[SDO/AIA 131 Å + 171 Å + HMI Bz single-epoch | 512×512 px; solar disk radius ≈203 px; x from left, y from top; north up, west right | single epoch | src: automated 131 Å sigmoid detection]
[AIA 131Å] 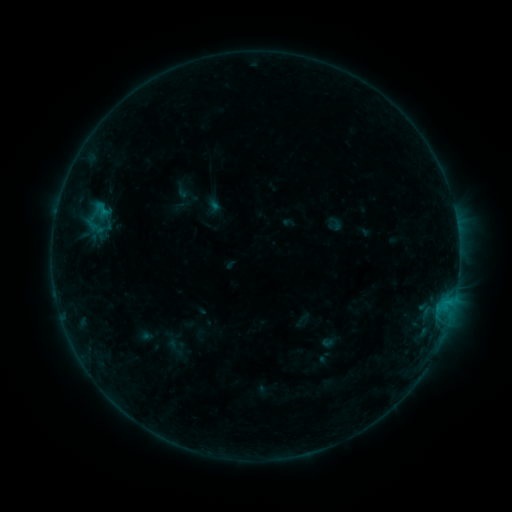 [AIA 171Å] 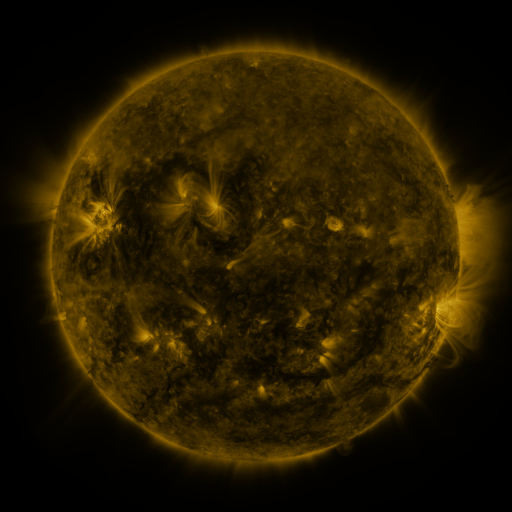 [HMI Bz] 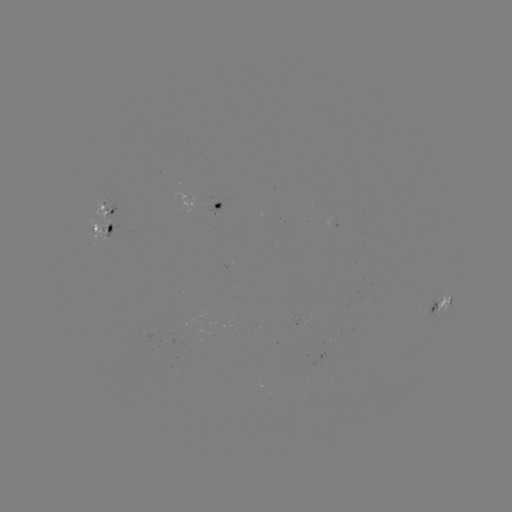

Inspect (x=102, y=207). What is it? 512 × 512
sigmoid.